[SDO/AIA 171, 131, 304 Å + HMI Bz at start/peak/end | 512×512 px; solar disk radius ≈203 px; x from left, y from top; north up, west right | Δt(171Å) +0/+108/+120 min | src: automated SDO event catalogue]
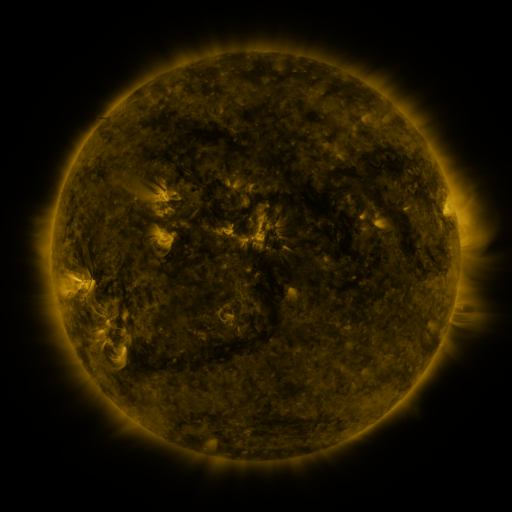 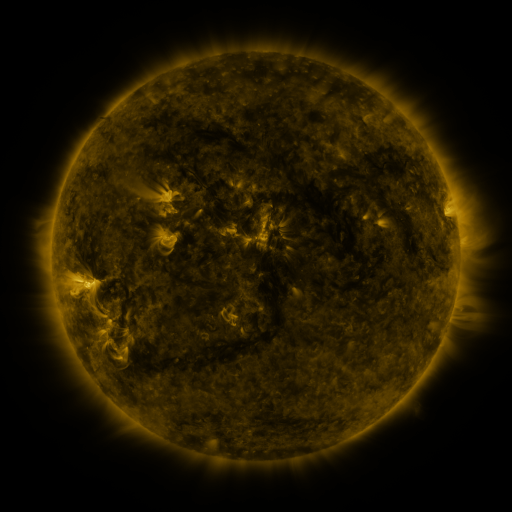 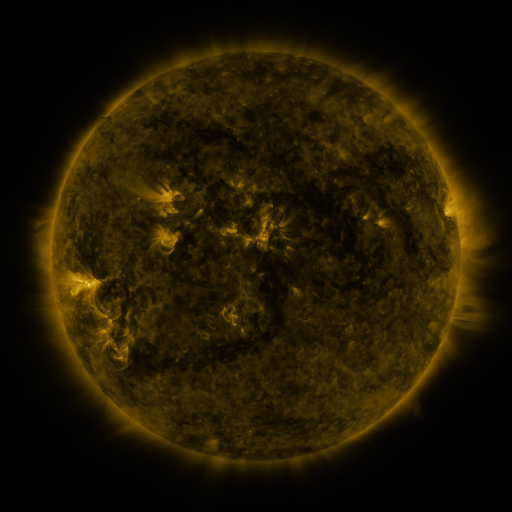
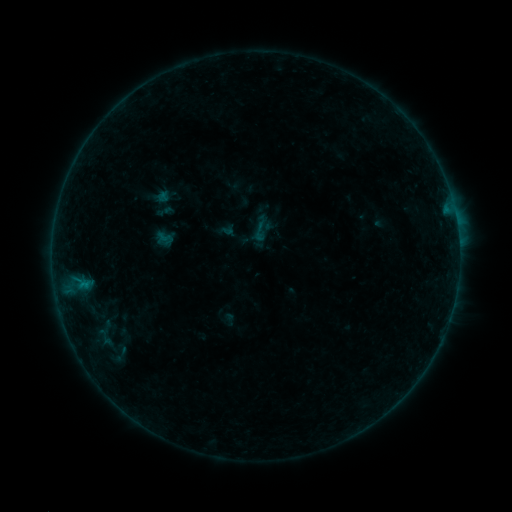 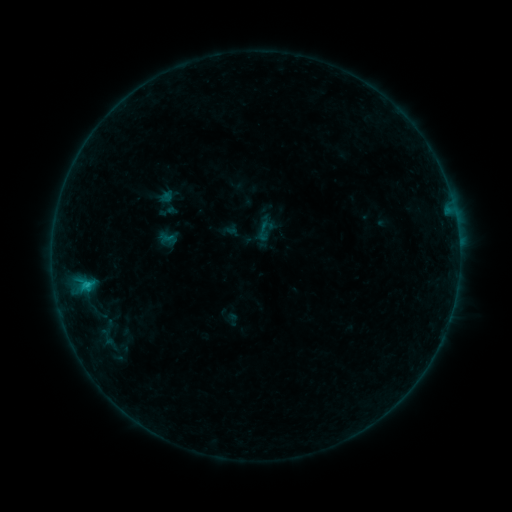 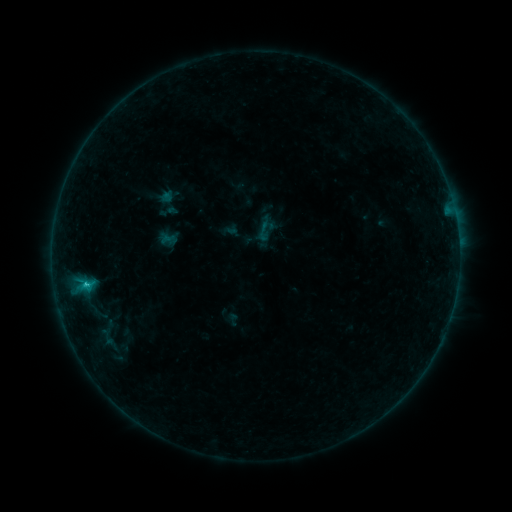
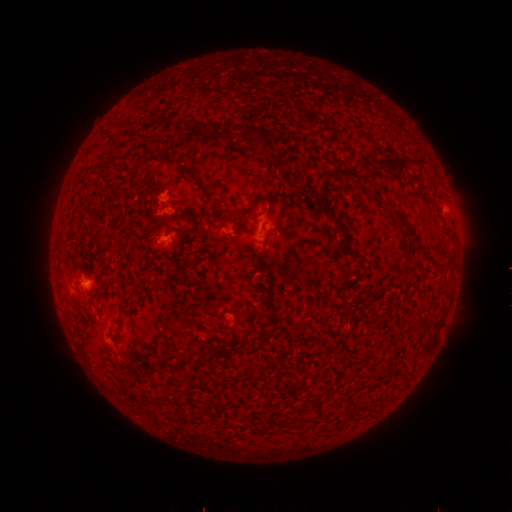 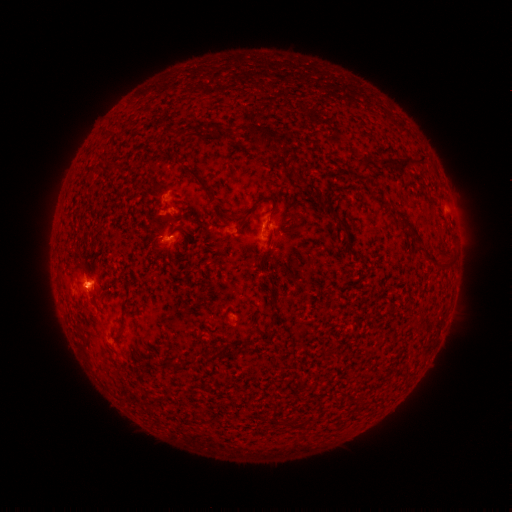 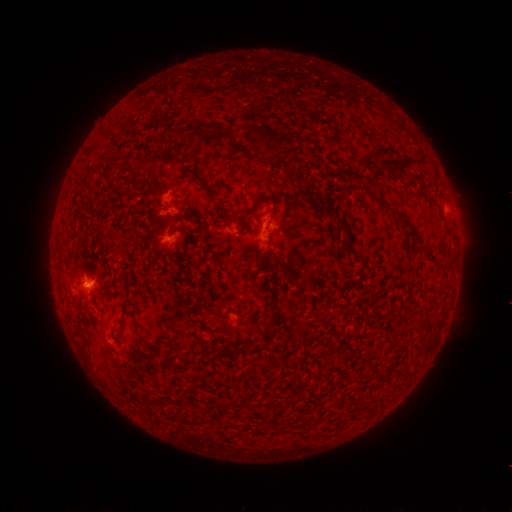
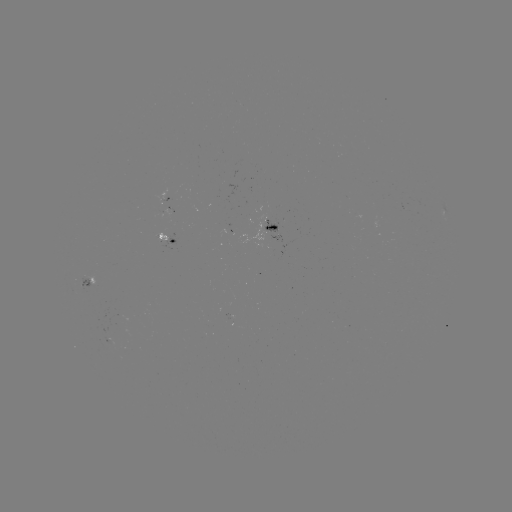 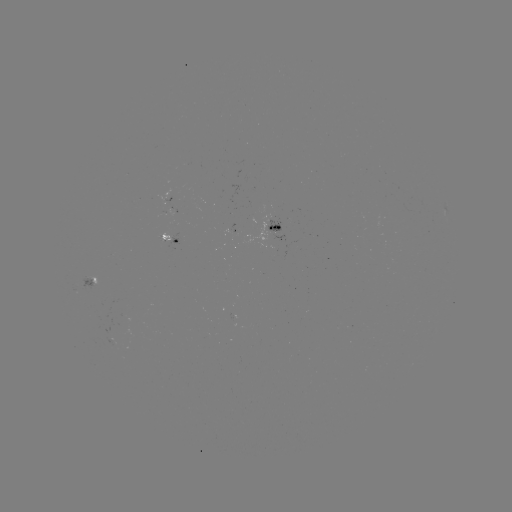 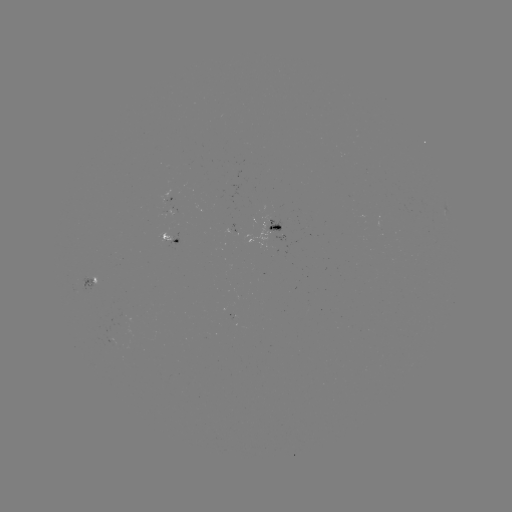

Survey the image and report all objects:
emerging-flux region: (277, 235)
